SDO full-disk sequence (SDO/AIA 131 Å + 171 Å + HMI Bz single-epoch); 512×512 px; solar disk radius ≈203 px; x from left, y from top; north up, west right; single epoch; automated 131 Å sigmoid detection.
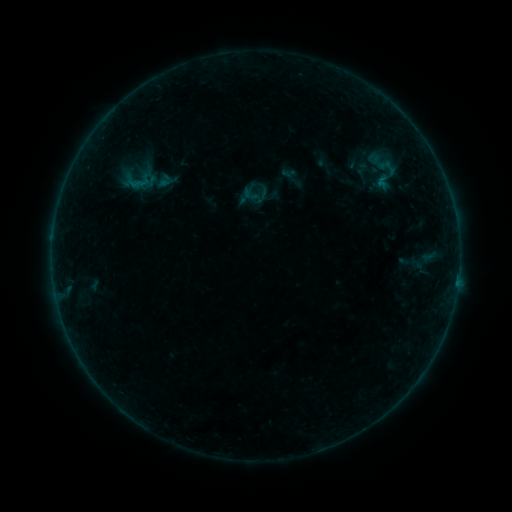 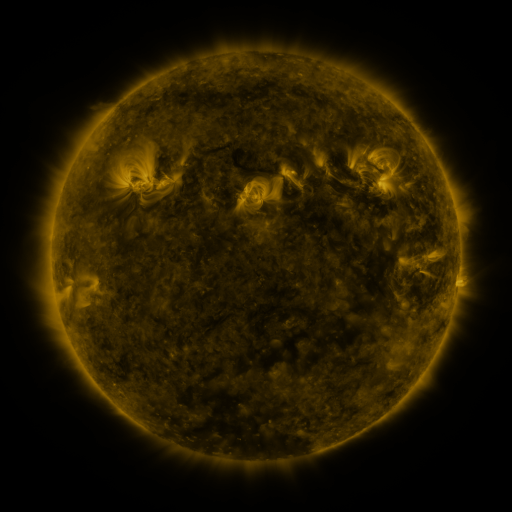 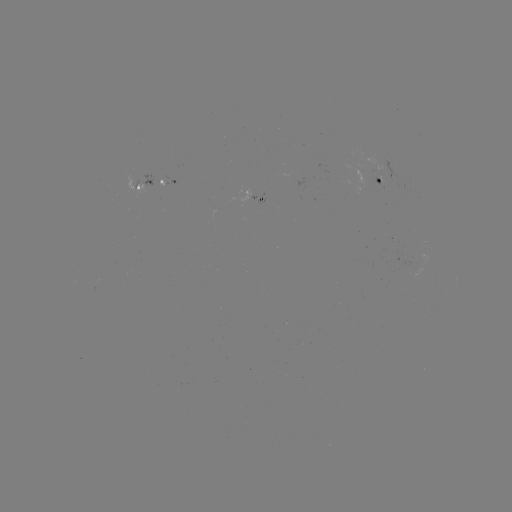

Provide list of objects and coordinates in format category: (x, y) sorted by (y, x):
sigmoid: (390, 169)
